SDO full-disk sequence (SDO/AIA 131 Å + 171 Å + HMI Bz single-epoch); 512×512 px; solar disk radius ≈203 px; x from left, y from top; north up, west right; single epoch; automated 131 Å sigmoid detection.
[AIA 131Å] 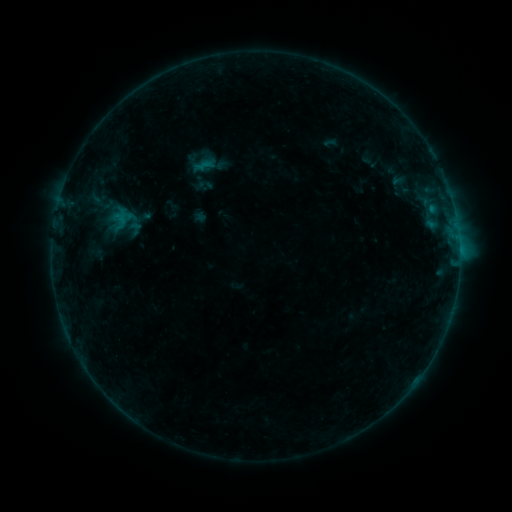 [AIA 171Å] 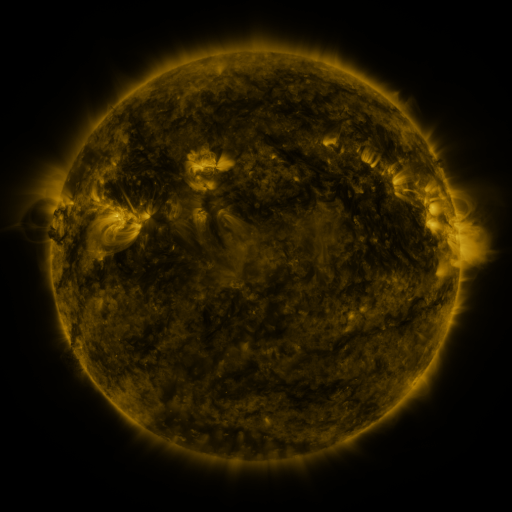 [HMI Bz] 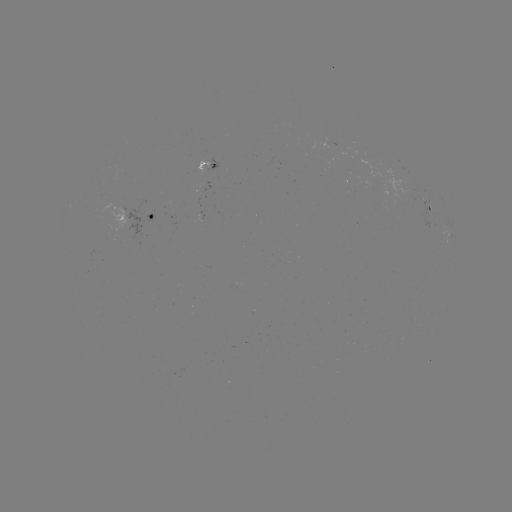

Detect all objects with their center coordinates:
sigmoid: [195, 156, 214, 175]
